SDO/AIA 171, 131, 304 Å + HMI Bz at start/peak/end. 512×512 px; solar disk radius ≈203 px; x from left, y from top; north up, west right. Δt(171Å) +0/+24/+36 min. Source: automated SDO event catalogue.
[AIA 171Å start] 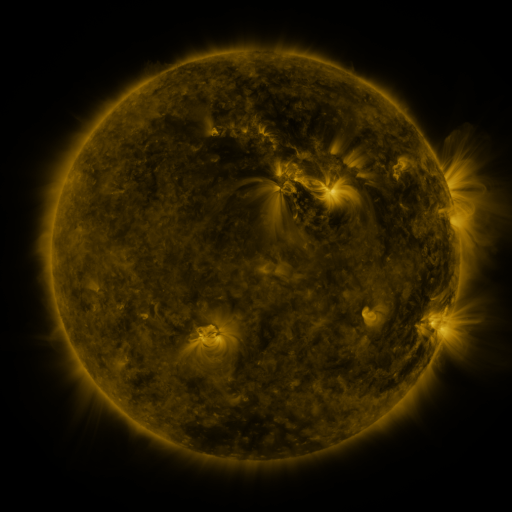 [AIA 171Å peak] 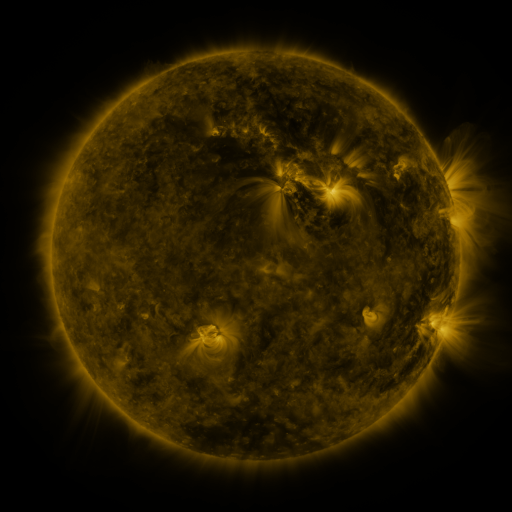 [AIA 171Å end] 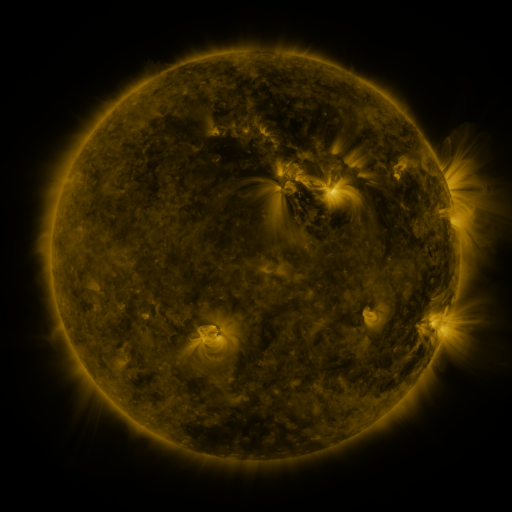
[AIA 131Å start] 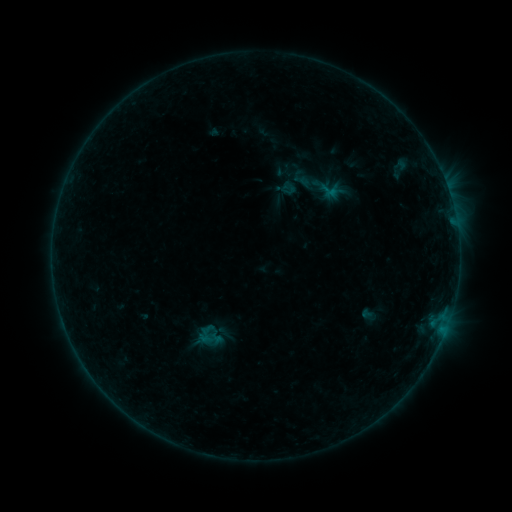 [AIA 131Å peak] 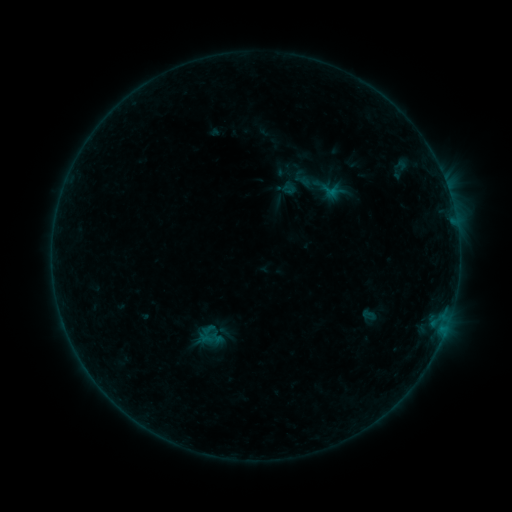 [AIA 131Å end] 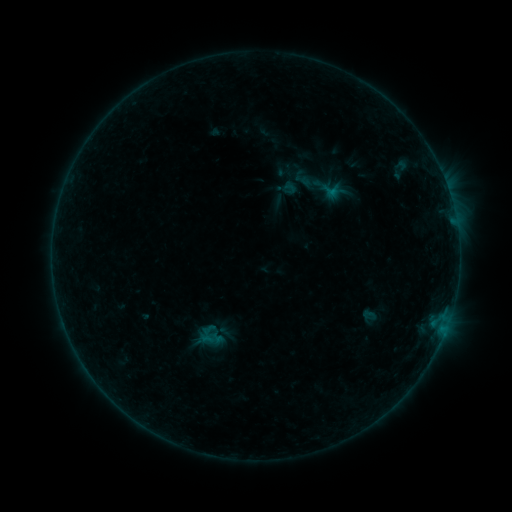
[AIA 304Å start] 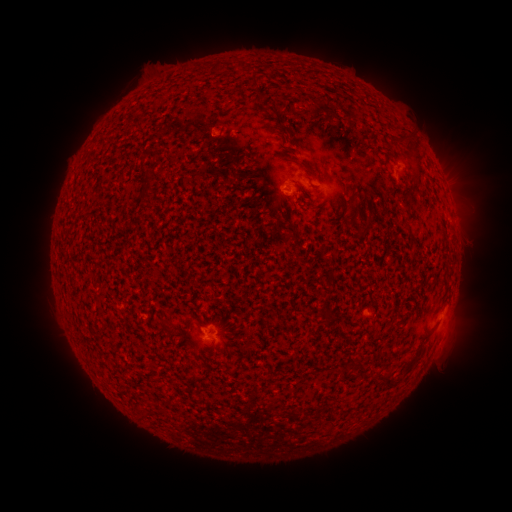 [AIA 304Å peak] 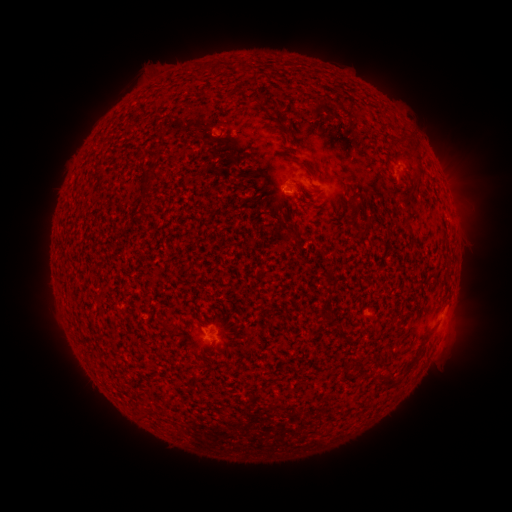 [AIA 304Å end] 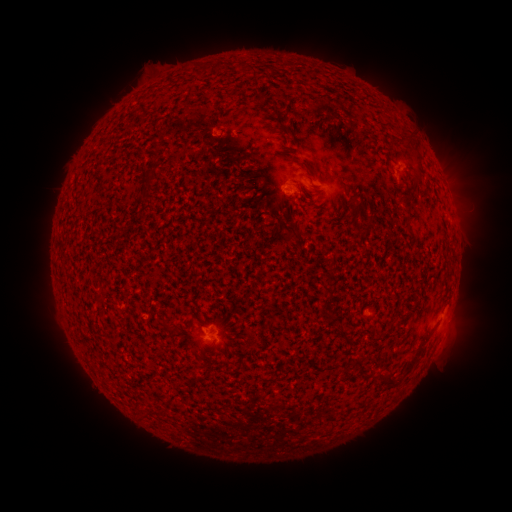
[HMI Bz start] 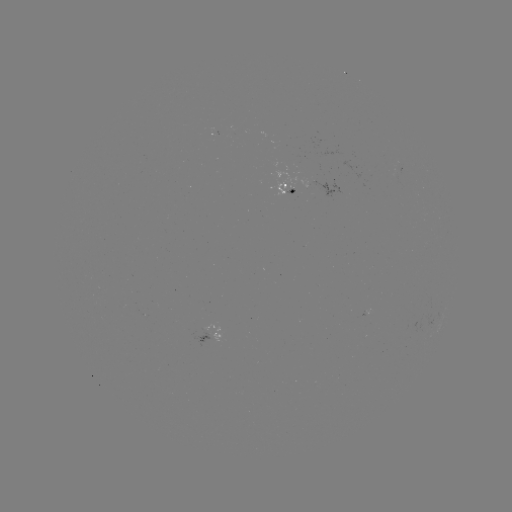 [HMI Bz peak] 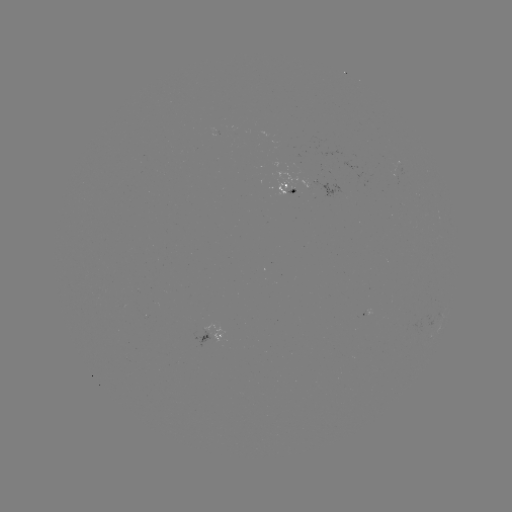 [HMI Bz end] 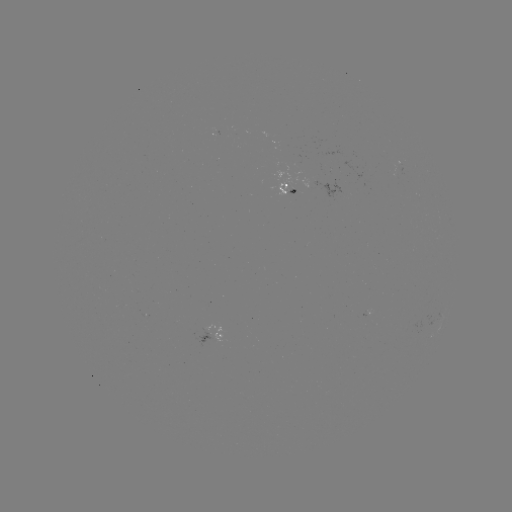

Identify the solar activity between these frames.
emerging-flux region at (207, 329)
